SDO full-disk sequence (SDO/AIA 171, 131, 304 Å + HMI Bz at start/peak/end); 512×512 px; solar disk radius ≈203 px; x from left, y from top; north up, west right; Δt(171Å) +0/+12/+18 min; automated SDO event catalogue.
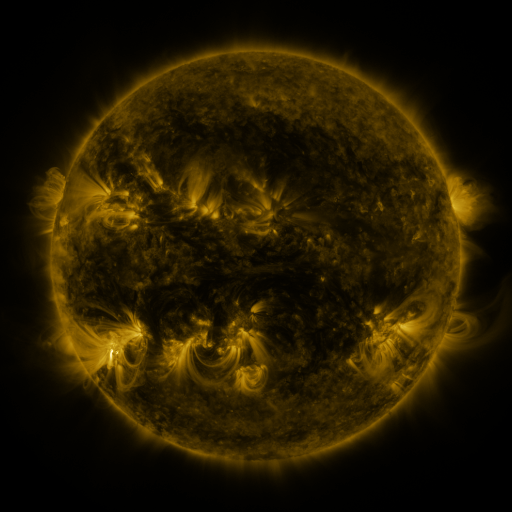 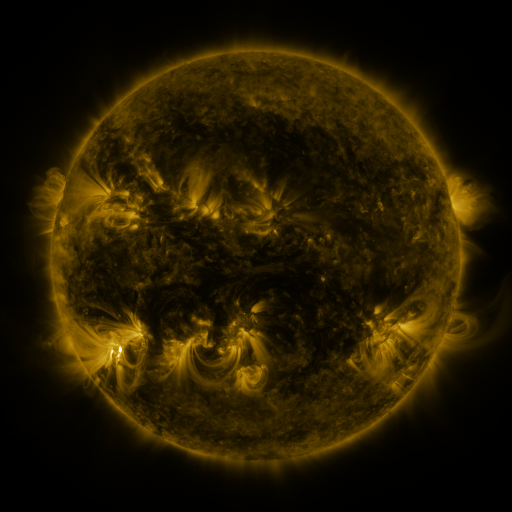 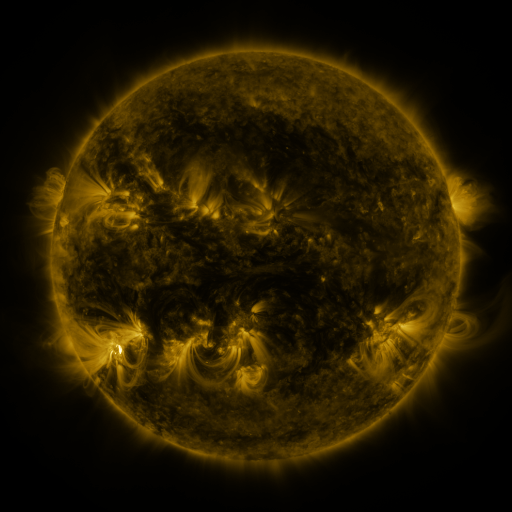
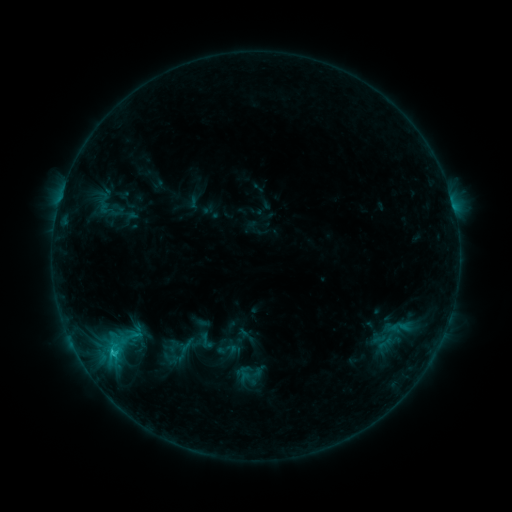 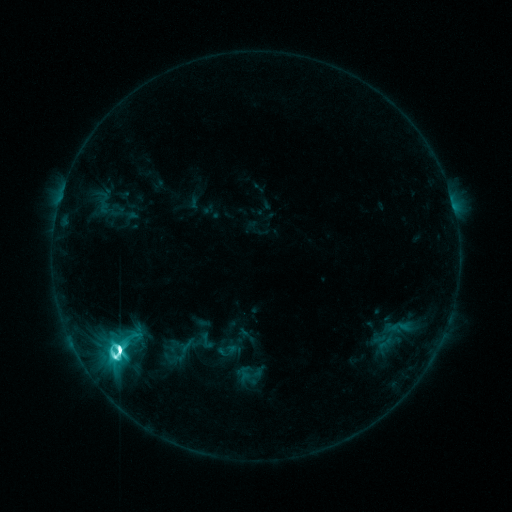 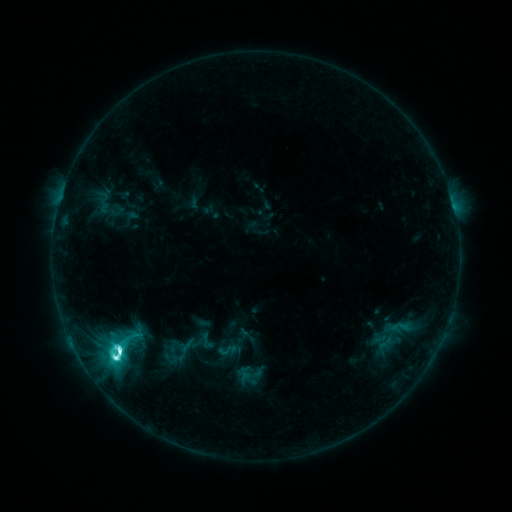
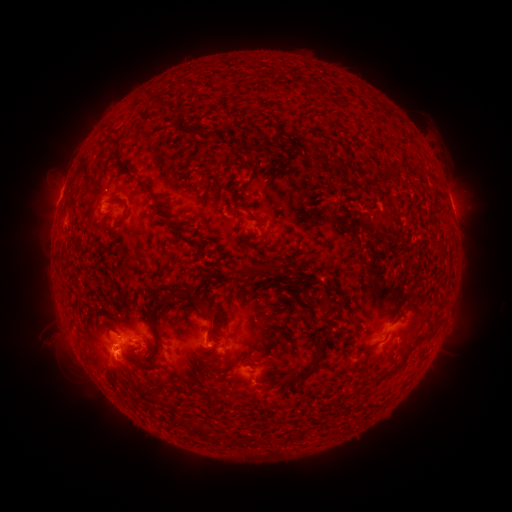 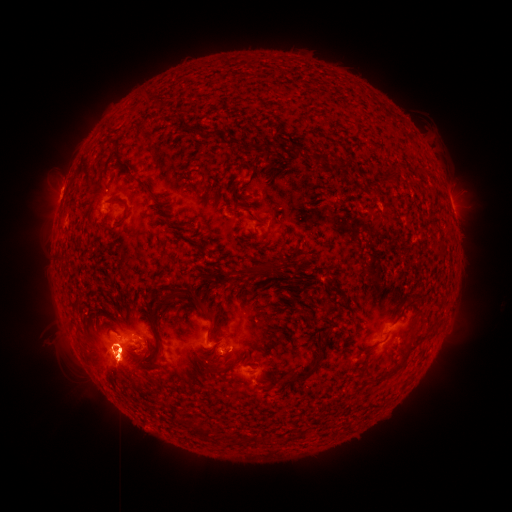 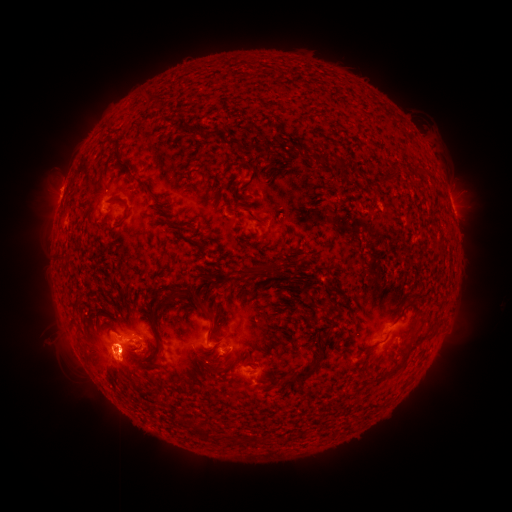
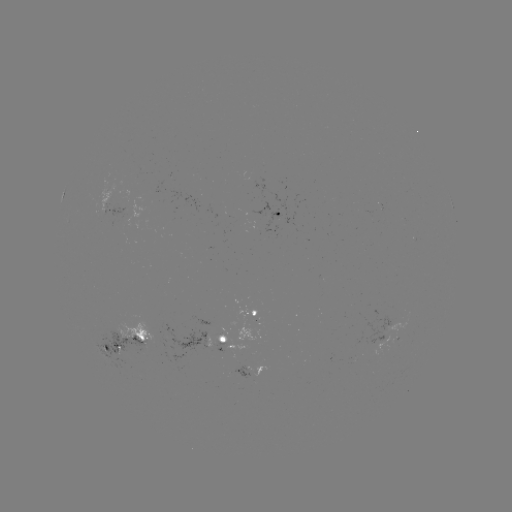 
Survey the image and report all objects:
M2.3 flare: (121, 347)
